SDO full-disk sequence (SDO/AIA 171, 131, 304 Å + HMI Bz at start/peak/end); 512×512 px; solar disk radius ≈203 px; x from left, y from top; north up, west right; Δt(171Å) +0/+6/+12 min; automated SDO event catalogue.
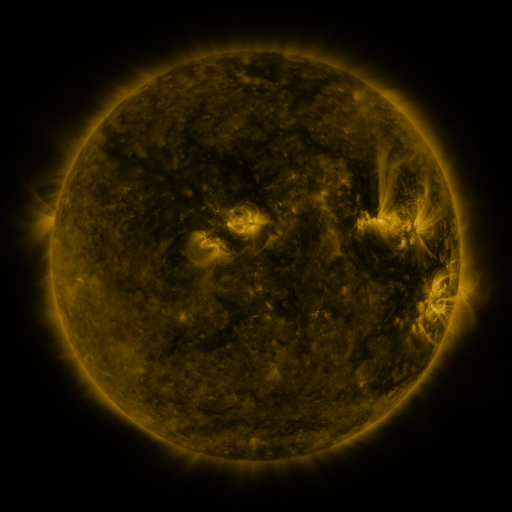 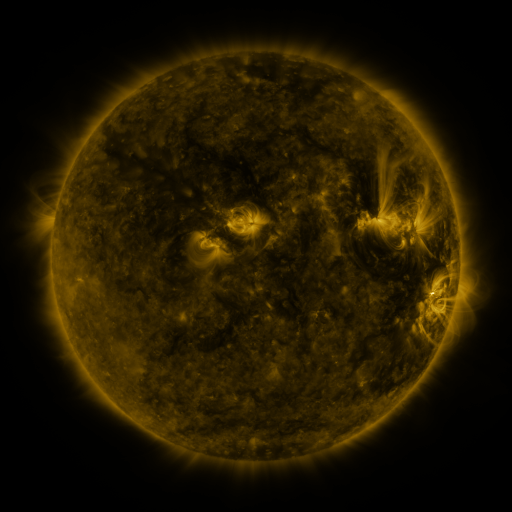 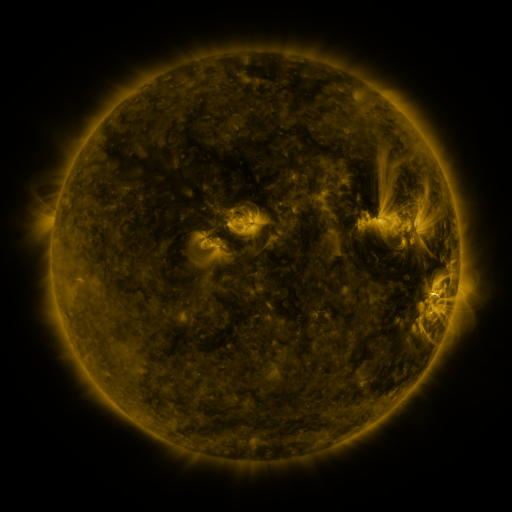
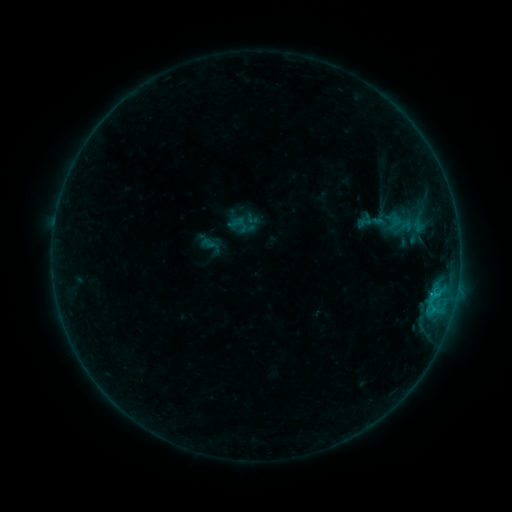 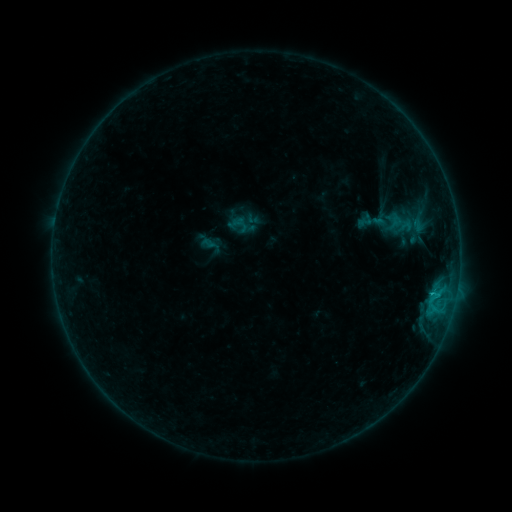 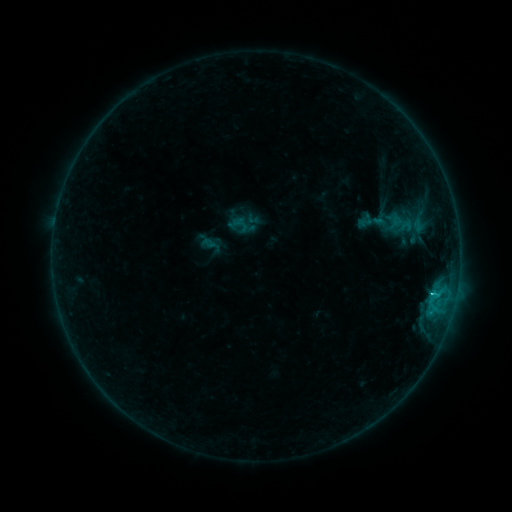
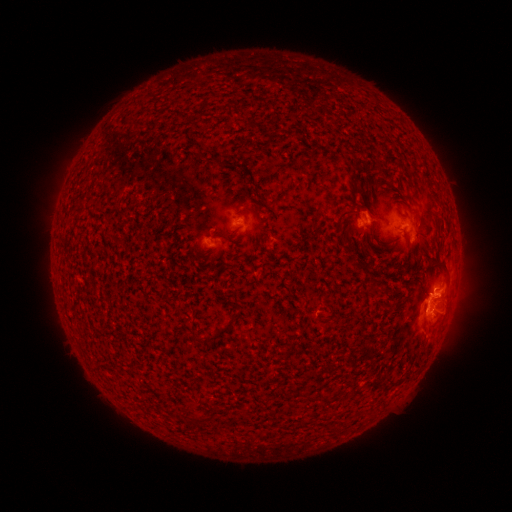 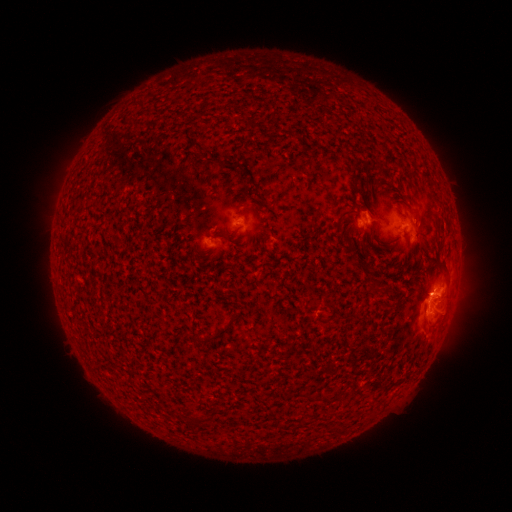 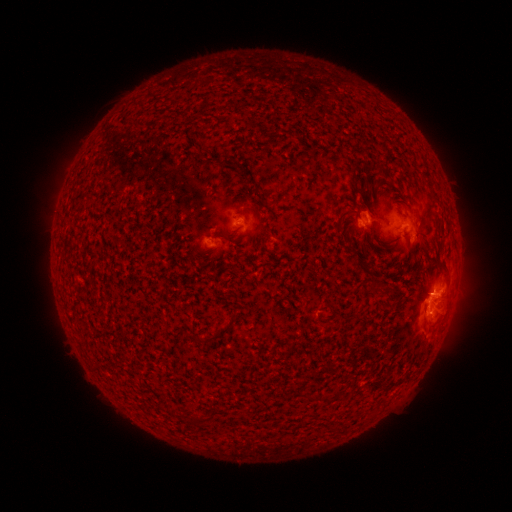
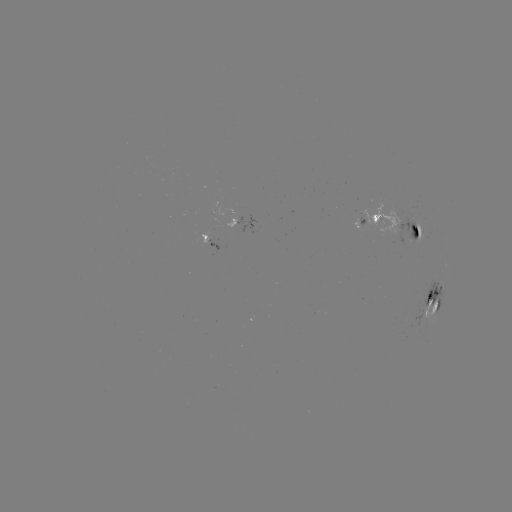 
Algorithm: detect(C1.6 flare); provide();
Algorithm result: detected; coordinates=[431, 289]